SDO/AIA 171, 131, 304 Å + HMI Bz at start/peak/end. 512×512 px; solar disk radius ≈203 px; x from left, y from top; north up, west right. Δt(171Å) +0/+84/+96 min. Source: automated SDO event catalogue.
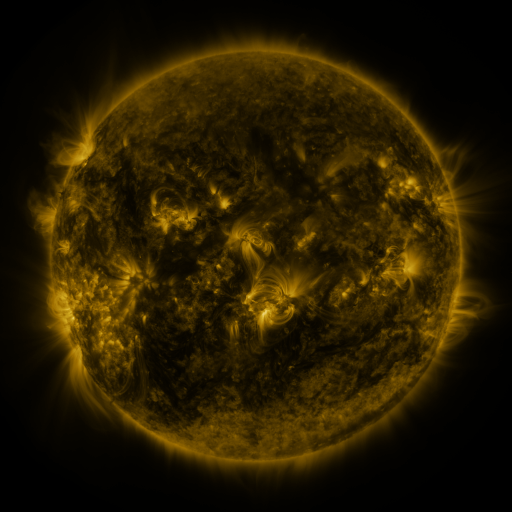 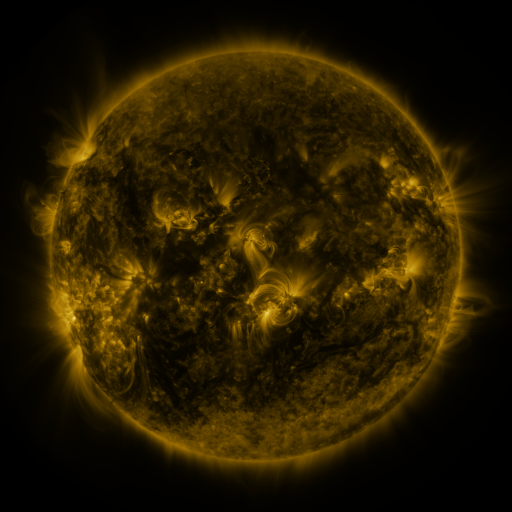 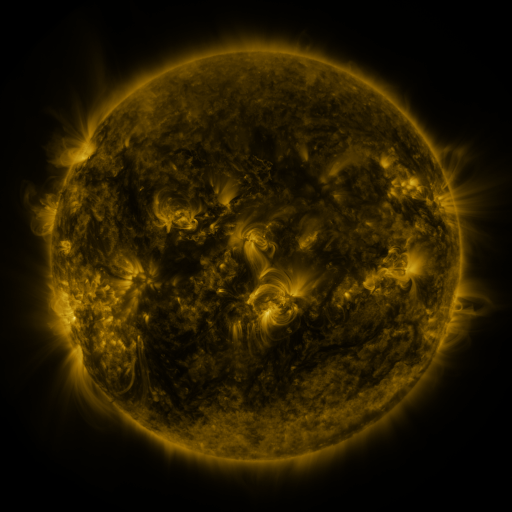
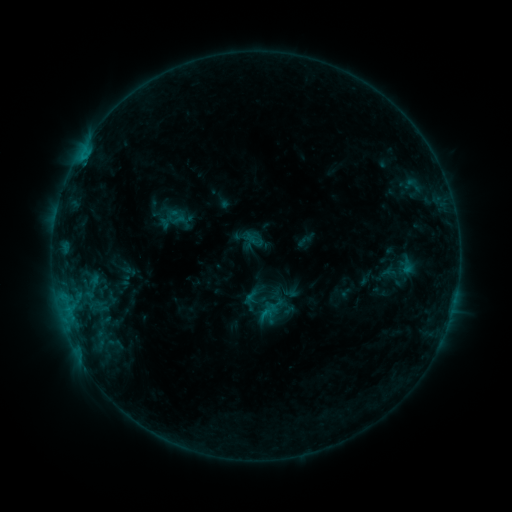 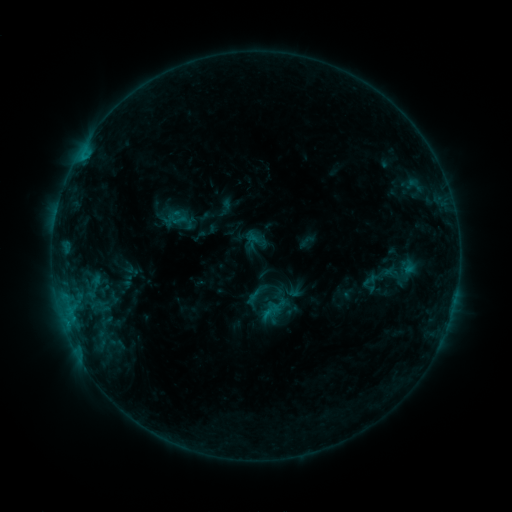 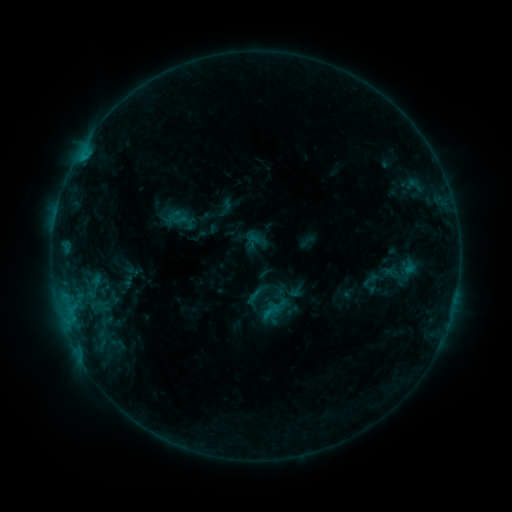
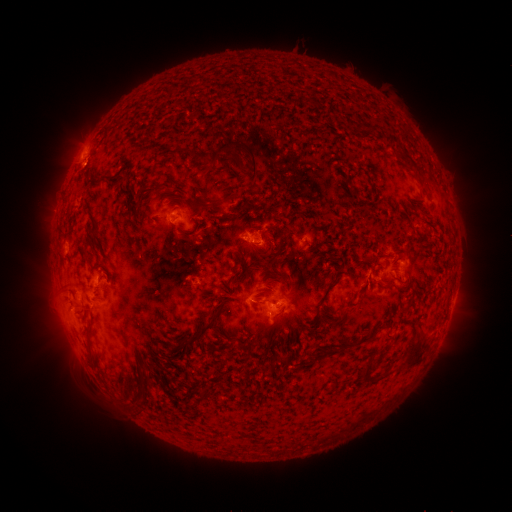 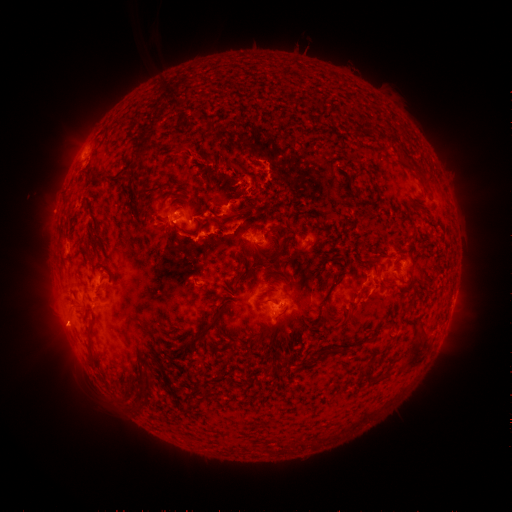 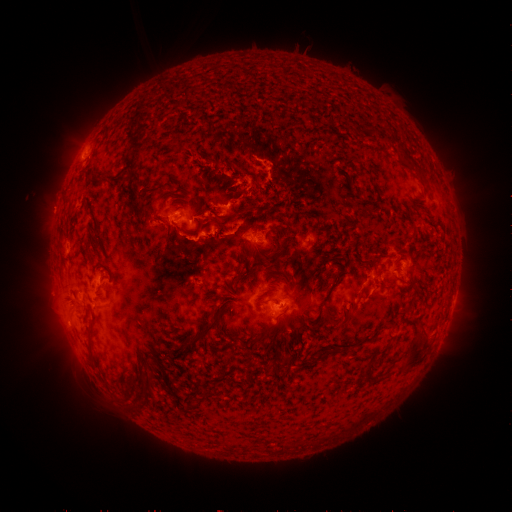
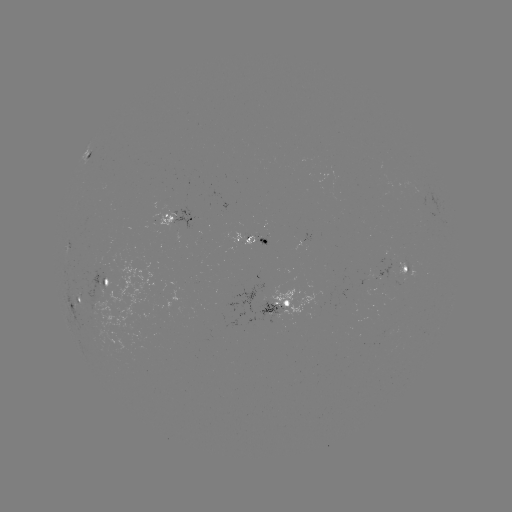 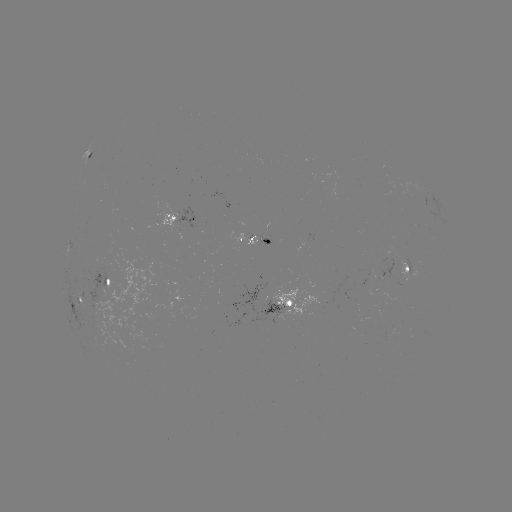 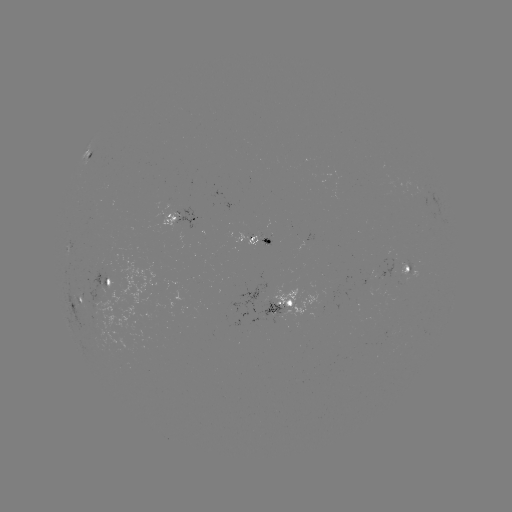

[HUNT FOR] emerging-flux region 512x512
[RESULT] [254, 237]